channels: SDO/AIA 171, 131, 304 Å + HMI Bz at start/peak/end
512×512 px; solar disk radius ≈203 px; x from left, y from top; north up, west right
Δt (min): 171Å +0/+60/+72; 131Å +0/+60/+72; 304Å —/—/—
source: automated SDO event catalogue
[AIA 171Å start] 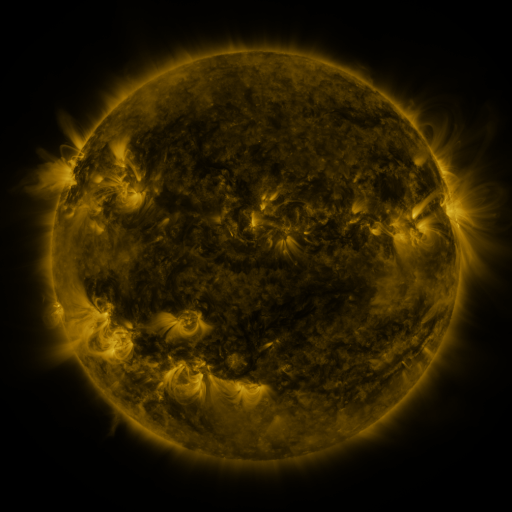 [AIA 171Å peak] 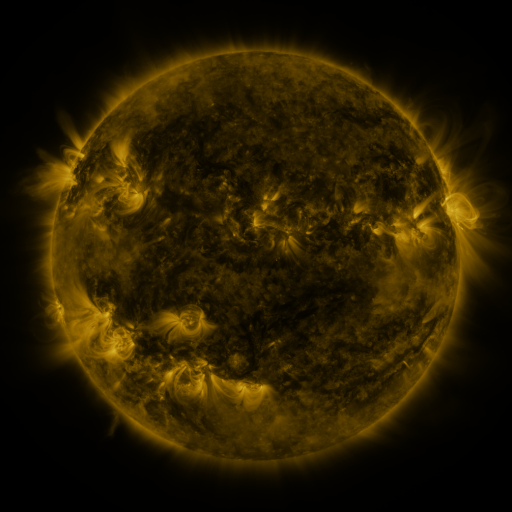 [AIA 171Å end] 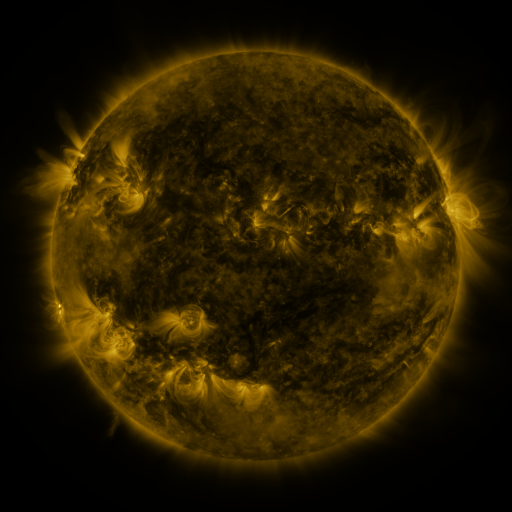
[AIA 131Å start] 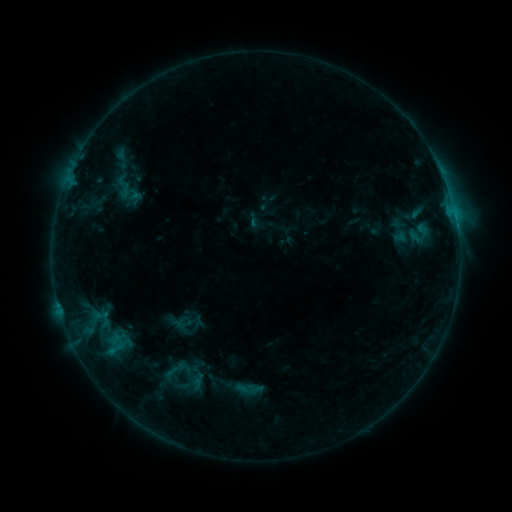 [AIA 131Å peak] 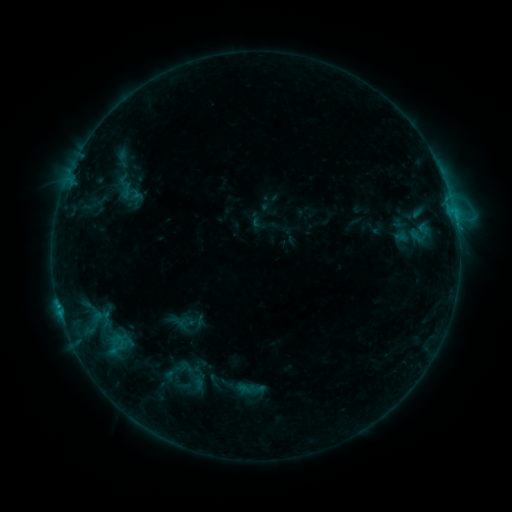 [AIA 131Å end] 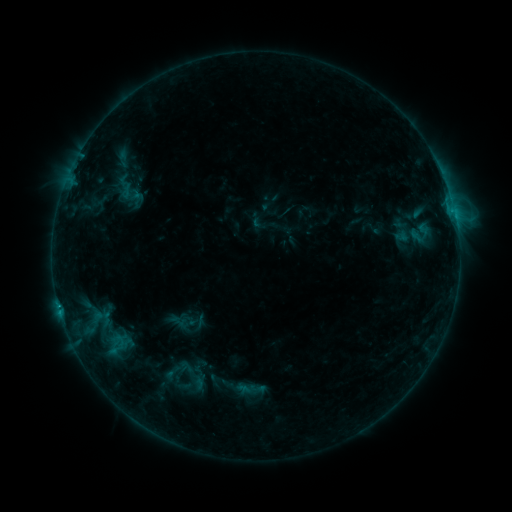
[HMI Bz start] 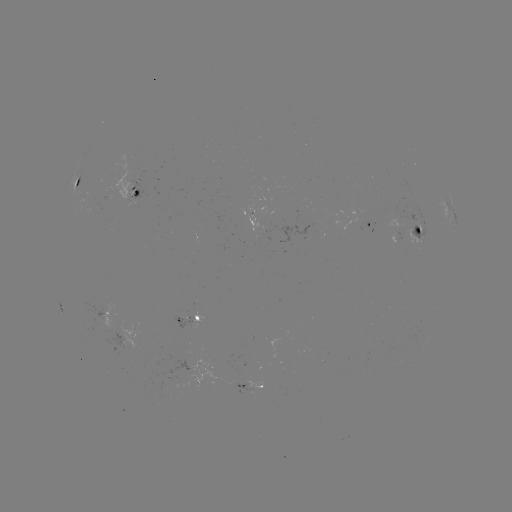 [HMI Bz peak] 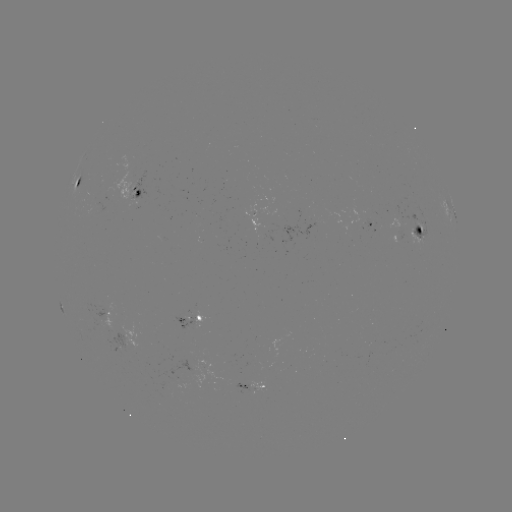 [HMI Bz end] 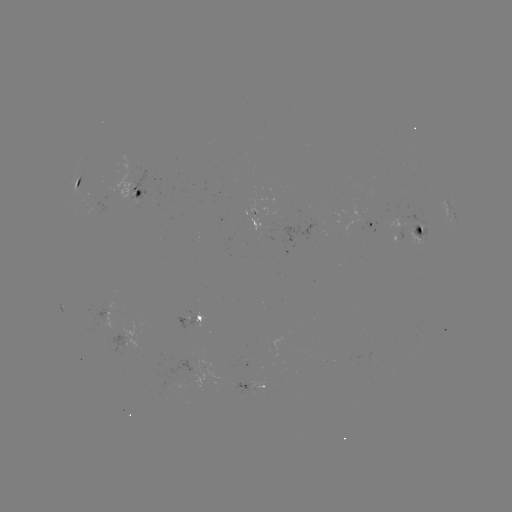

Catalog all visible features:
emerging-flux region: (419, 224)
